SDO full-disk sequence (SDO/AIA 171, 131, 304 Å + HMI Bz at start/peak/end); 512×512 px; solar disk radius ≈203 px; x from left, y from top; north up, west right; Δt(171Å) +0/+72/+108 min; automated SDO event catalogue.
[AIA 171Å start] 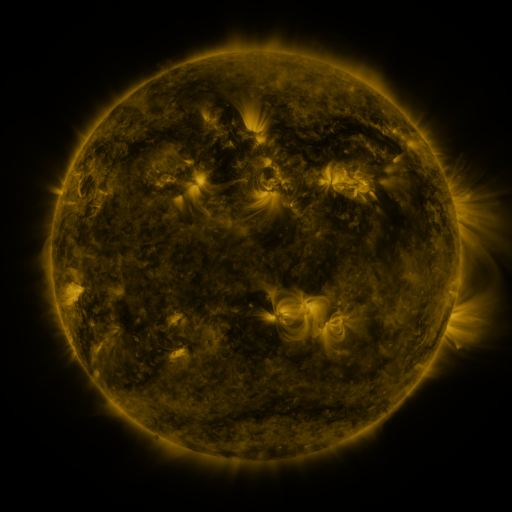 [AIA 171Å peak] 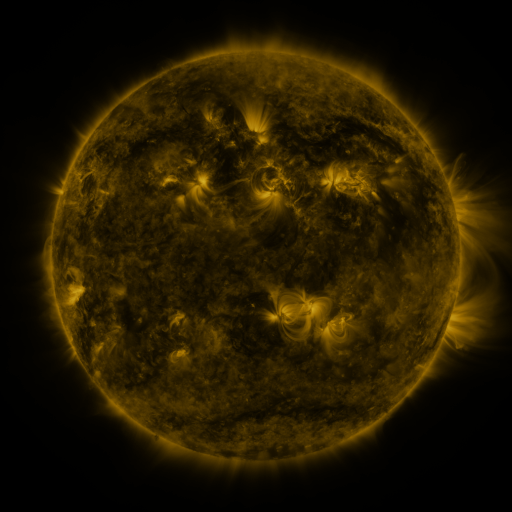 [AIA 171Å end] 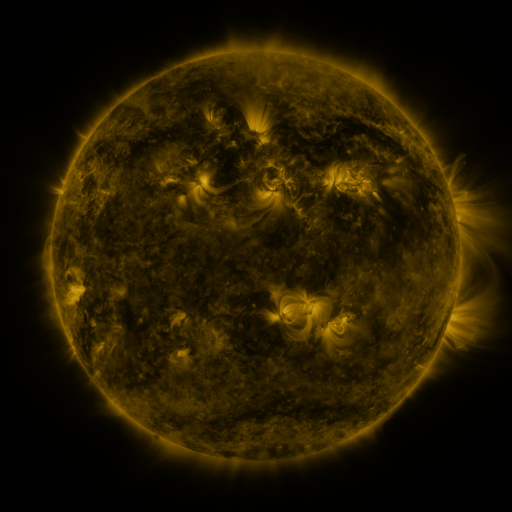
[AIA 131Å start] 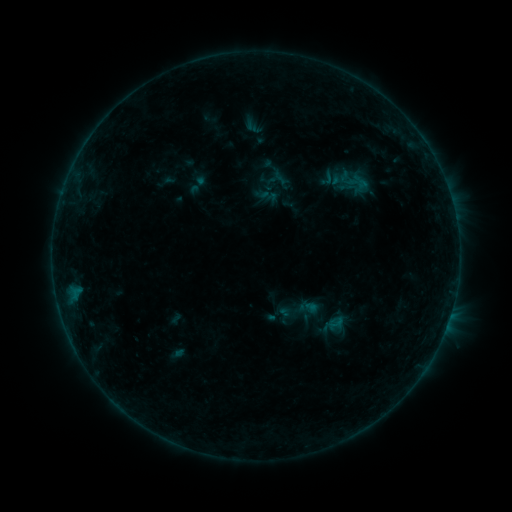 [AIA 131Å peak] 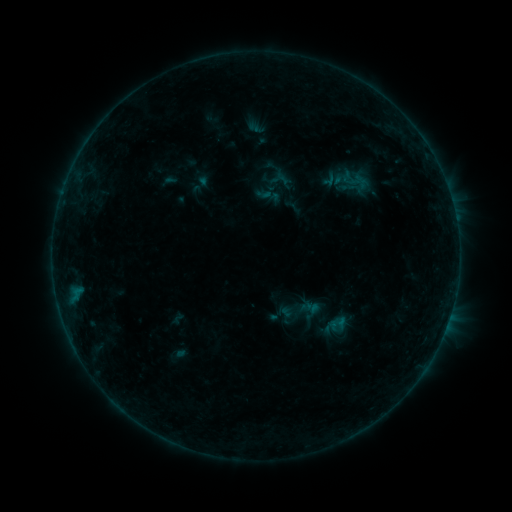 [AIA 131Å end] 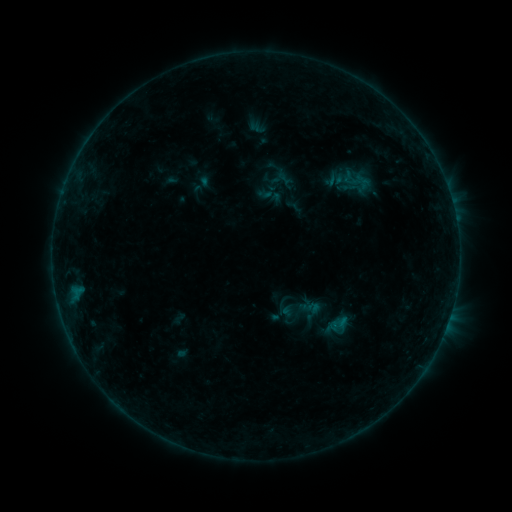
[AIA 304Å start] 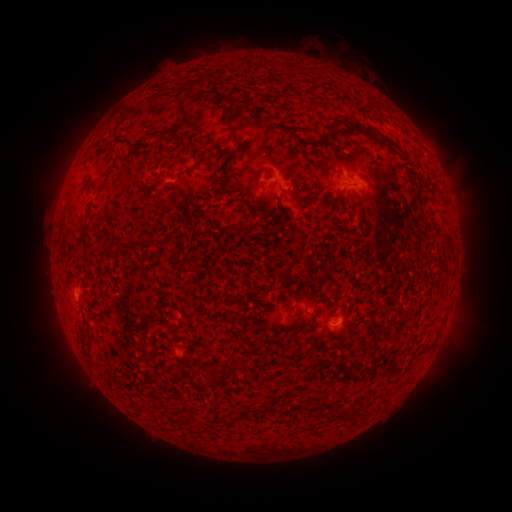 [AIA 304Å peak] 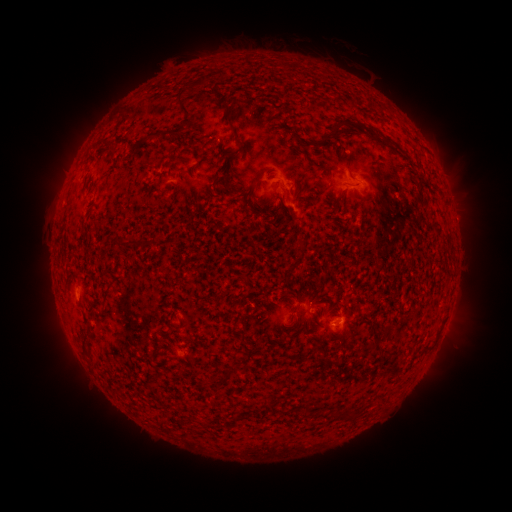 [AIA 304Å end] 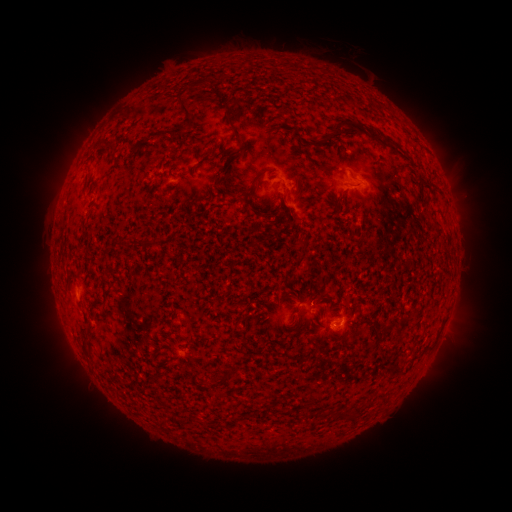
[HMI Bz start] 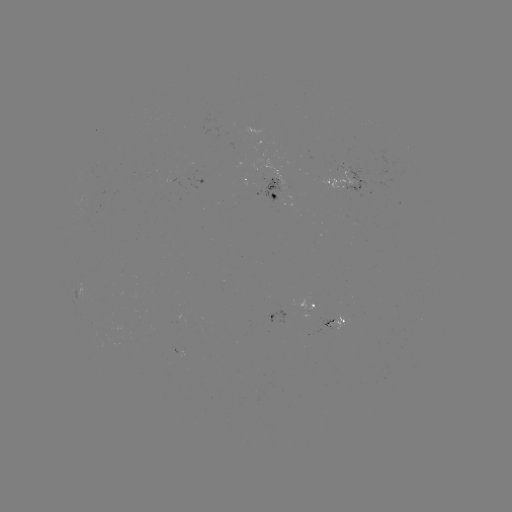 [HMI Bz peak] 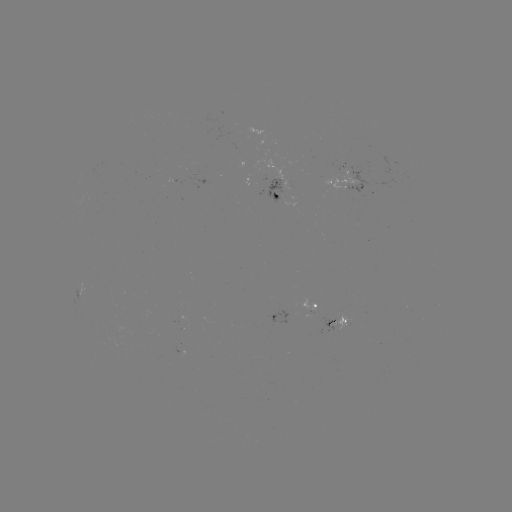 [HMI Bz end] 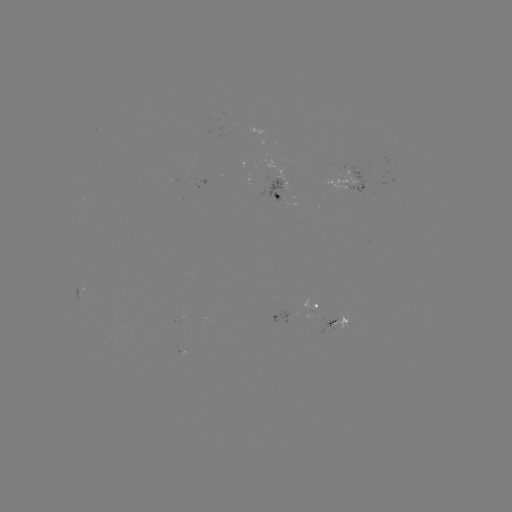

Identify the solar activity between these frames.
emerging-flux region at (282, 175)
